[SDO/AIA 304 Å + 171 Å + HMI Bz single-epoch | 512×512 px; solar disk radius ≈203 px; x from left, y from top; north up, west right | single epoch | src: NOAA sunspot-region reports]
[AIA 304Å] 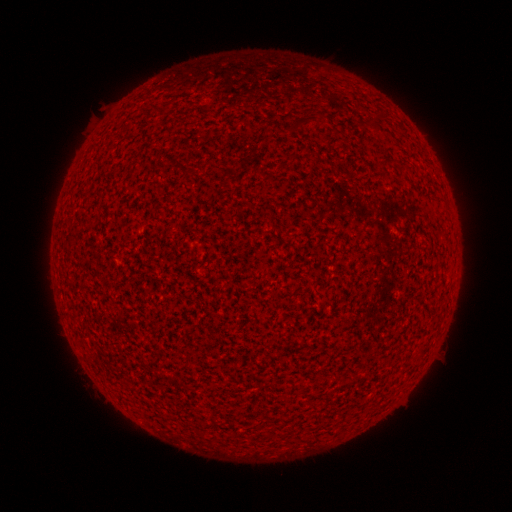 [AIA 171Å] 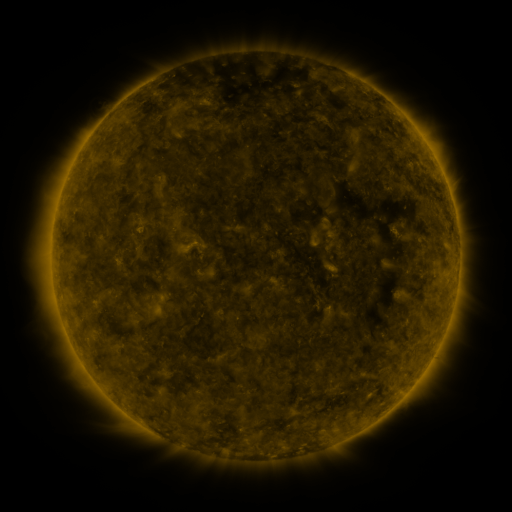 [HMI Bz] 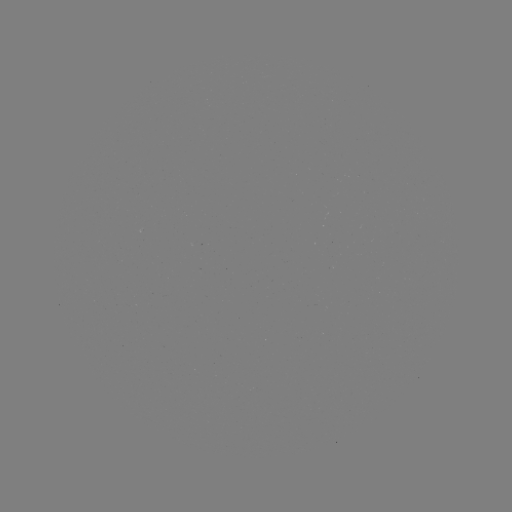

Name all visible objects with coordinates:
(none)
